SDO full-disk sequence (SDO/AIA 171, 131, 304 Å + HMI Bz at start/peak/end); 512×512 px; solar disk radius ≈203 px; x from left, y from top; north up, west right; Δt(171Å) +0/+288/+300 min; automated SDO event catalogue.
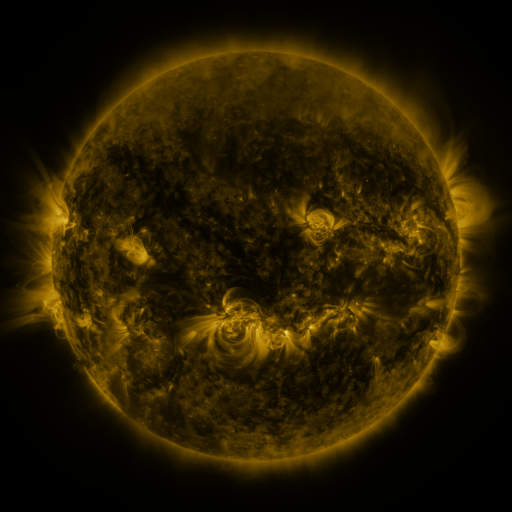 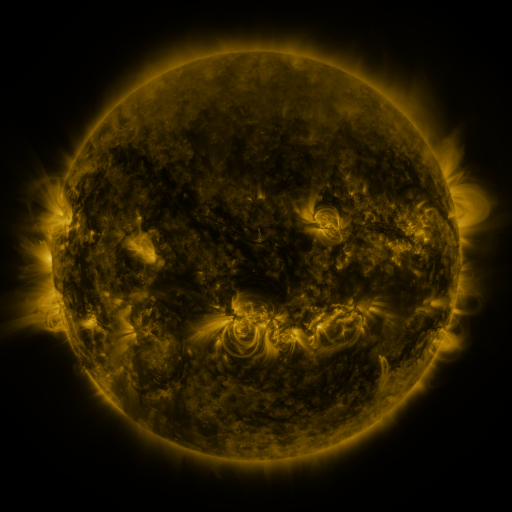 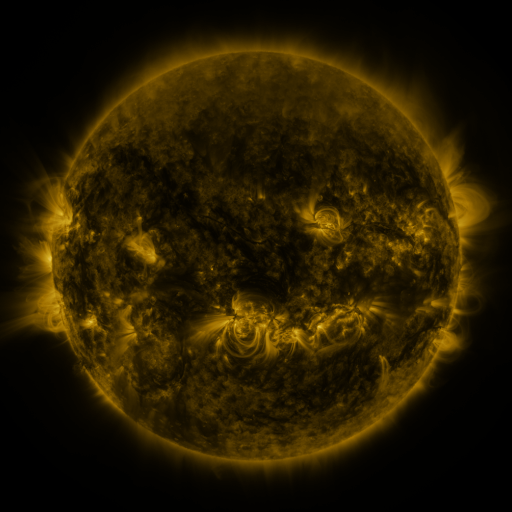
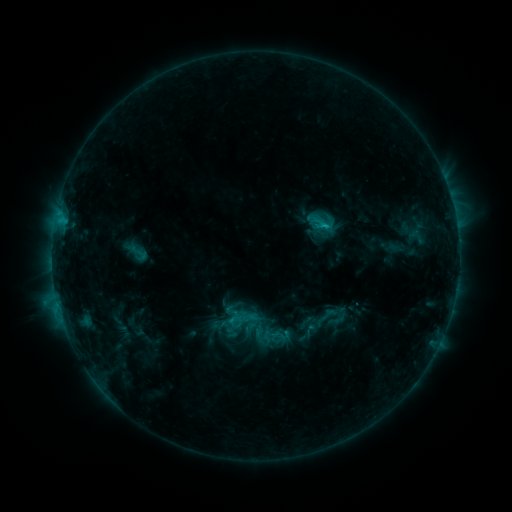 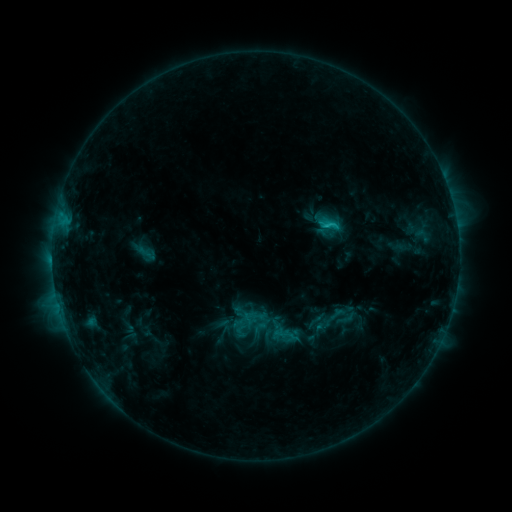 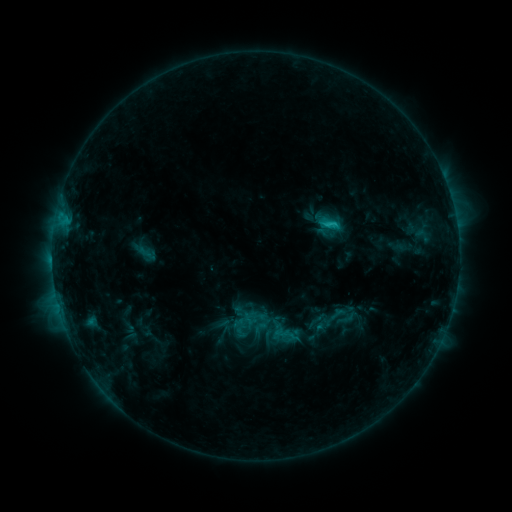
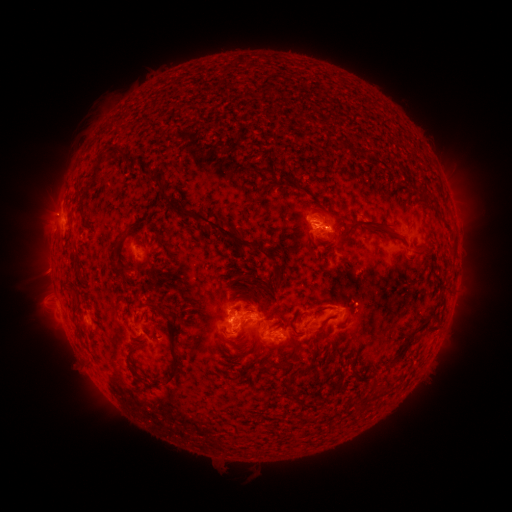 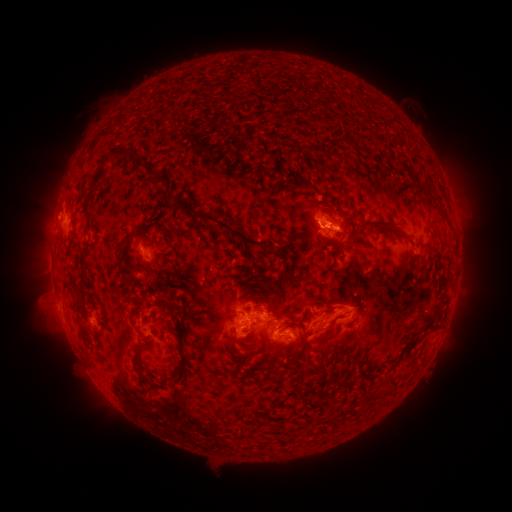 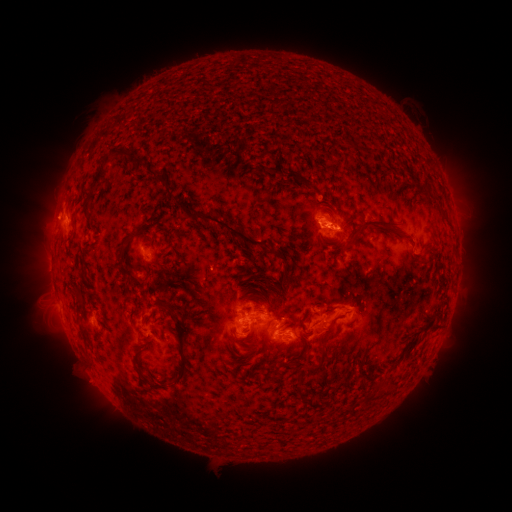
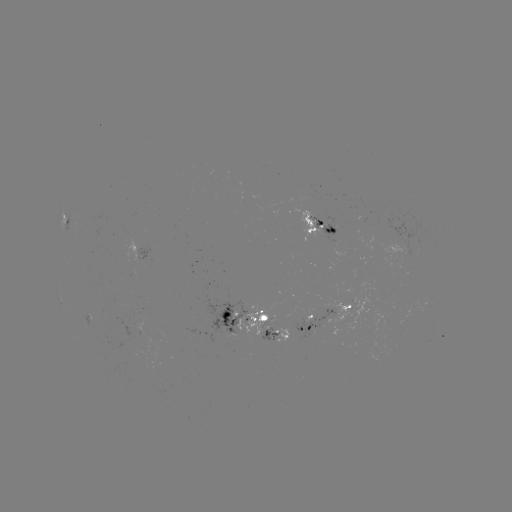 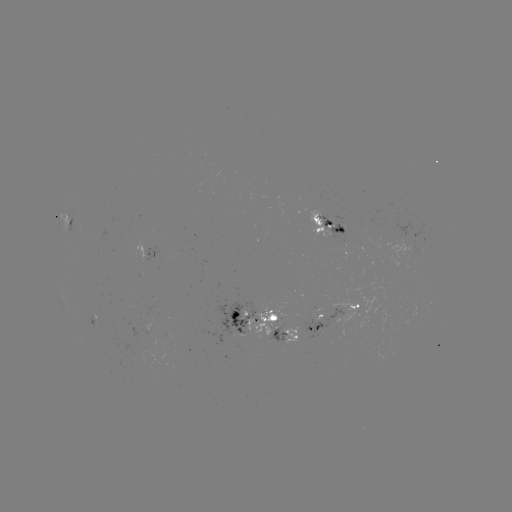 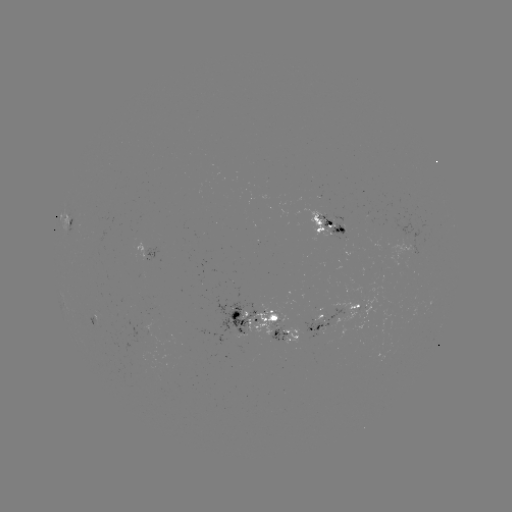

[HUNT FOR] emerging-flux region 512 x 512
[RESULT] (338, 227)